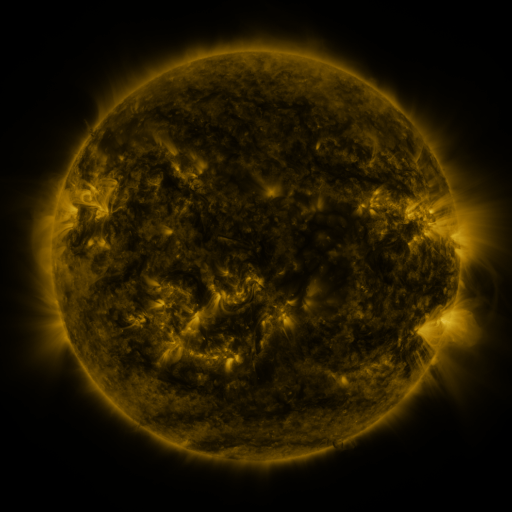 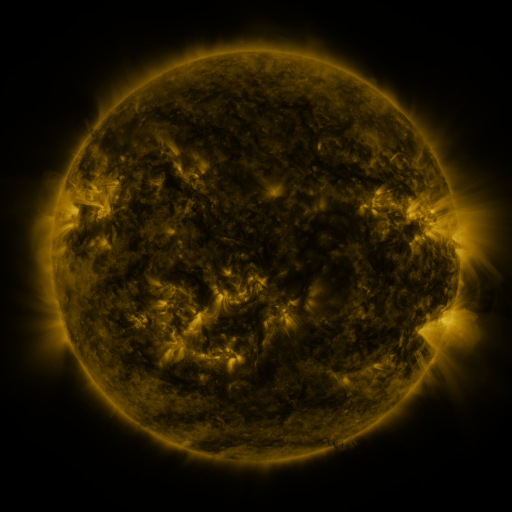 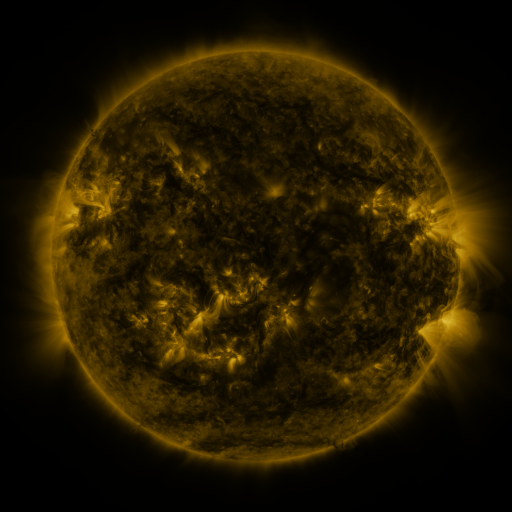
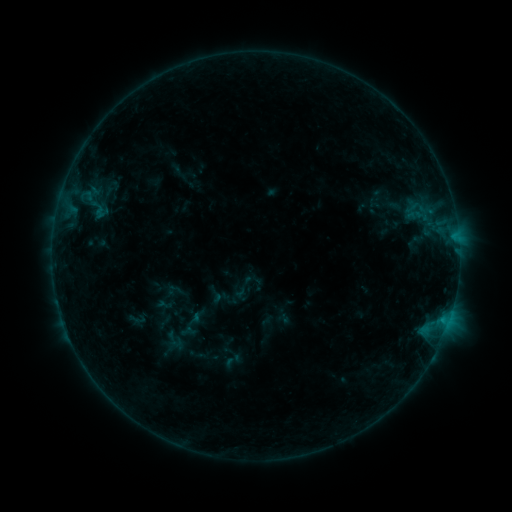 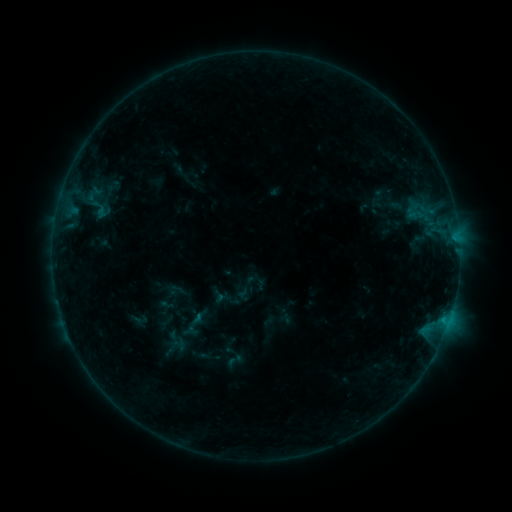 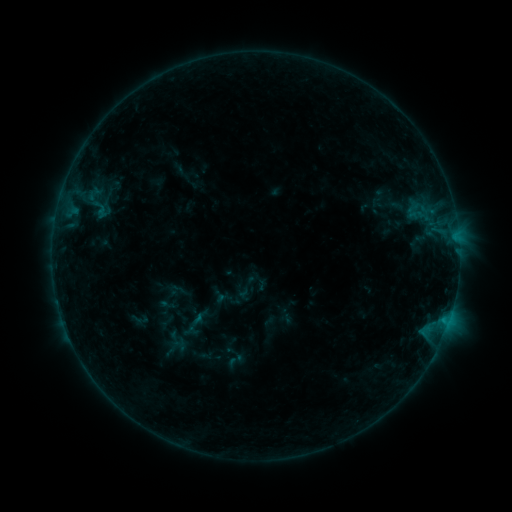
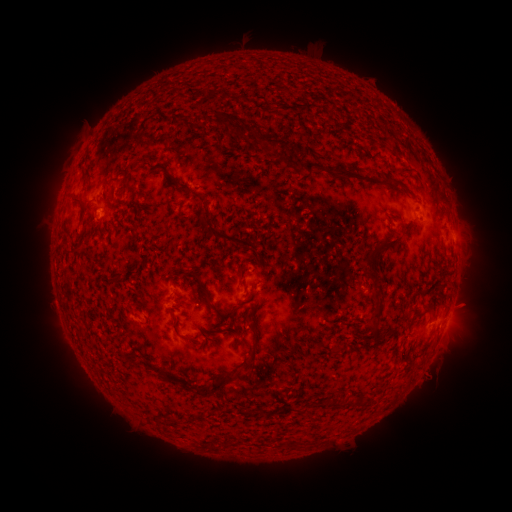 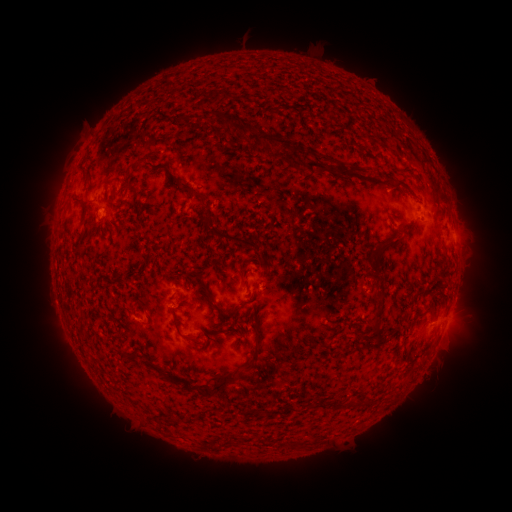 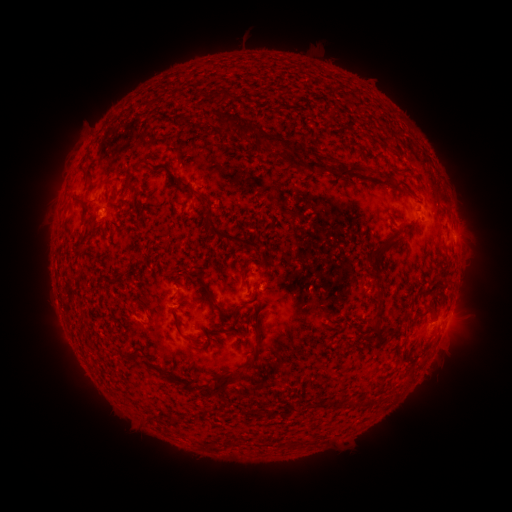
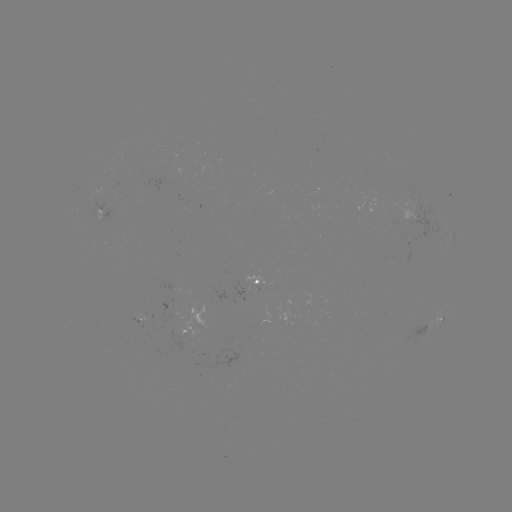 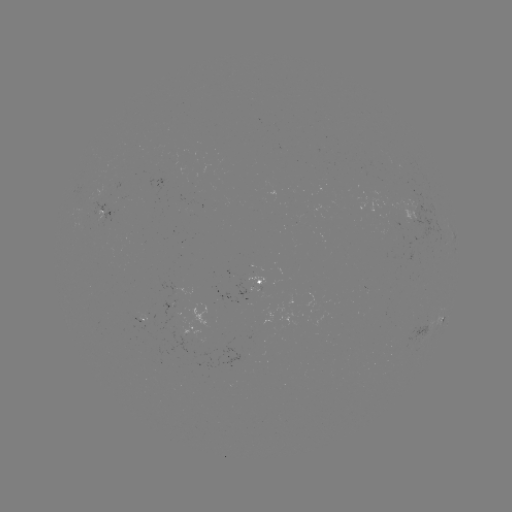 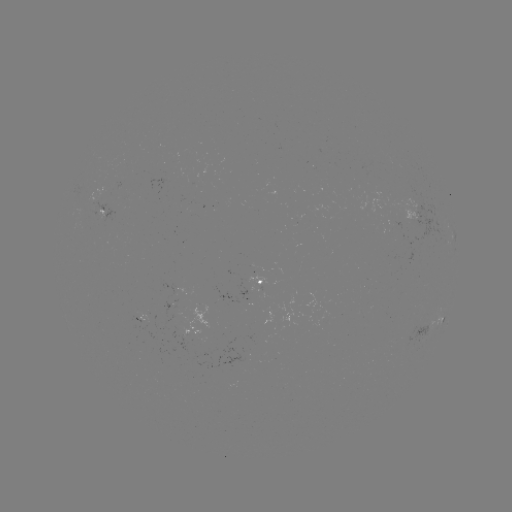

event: emerging-flux region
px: (97, 203)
